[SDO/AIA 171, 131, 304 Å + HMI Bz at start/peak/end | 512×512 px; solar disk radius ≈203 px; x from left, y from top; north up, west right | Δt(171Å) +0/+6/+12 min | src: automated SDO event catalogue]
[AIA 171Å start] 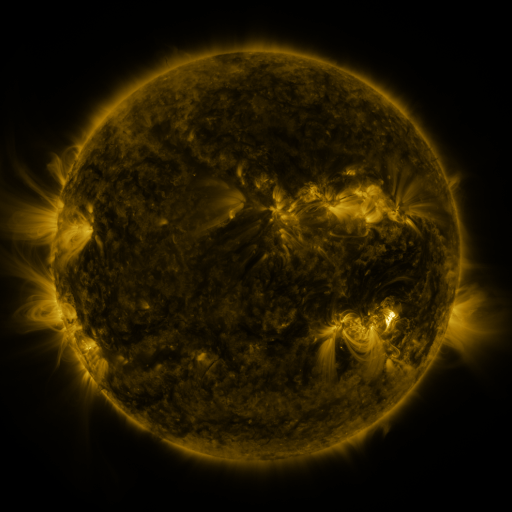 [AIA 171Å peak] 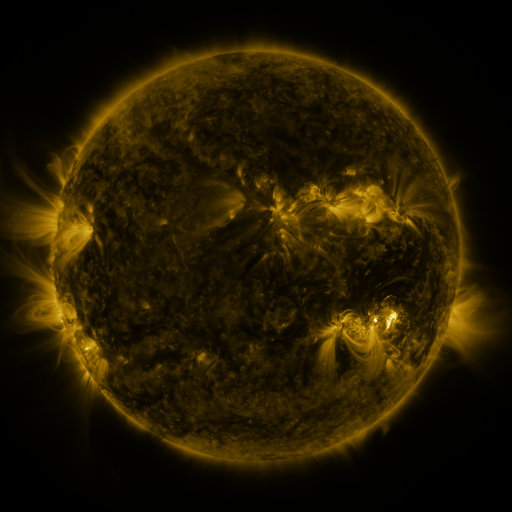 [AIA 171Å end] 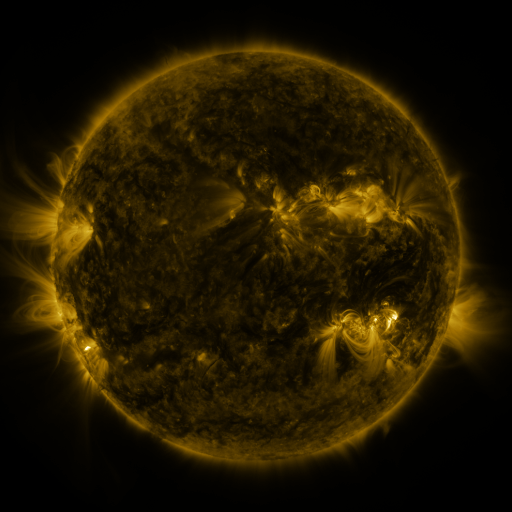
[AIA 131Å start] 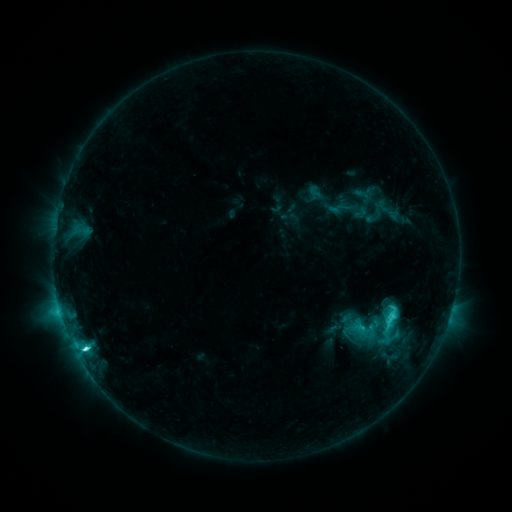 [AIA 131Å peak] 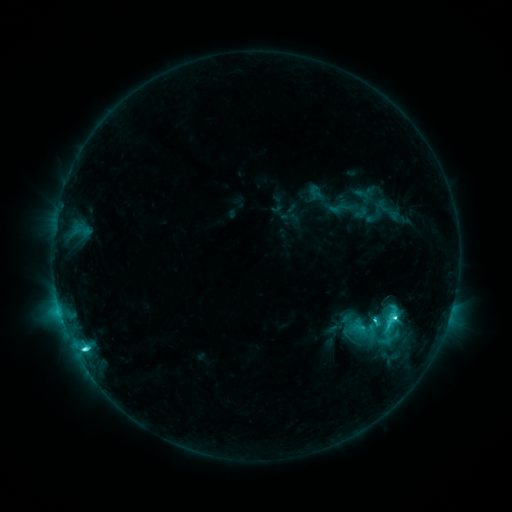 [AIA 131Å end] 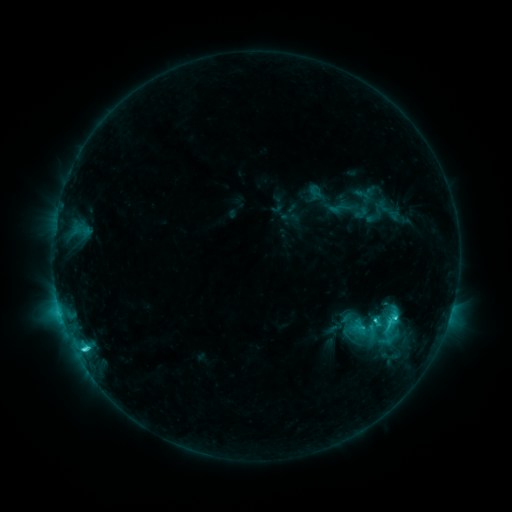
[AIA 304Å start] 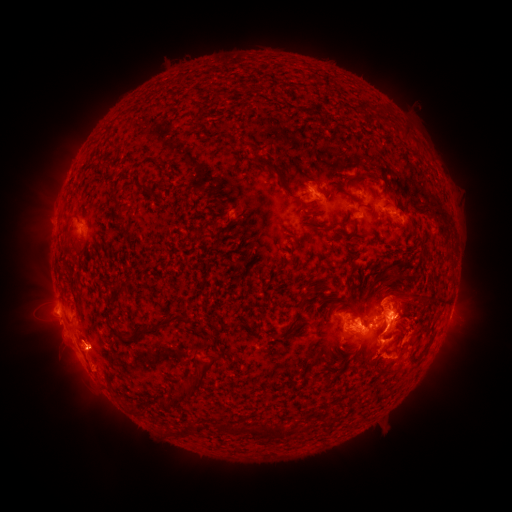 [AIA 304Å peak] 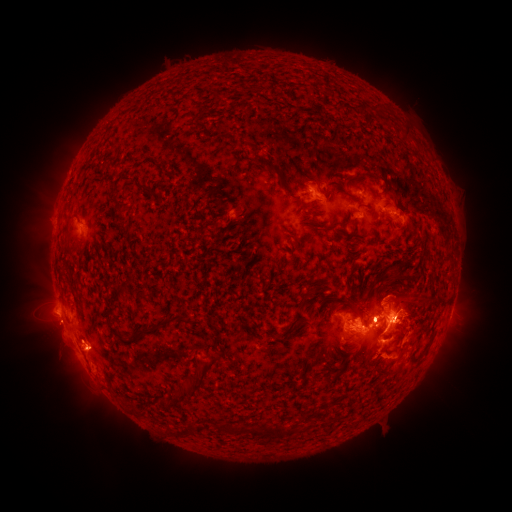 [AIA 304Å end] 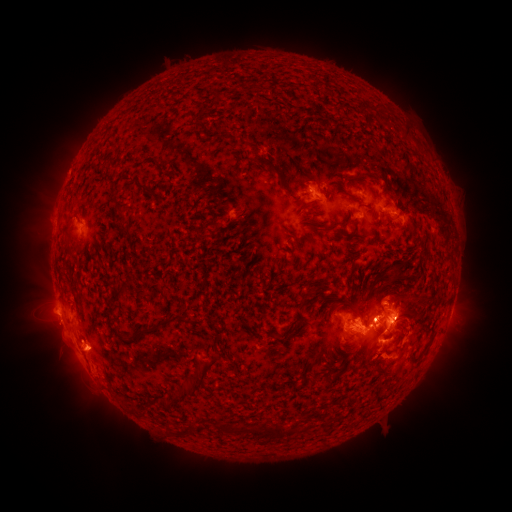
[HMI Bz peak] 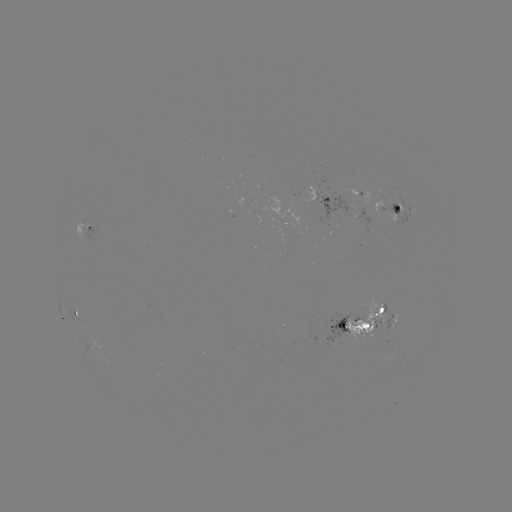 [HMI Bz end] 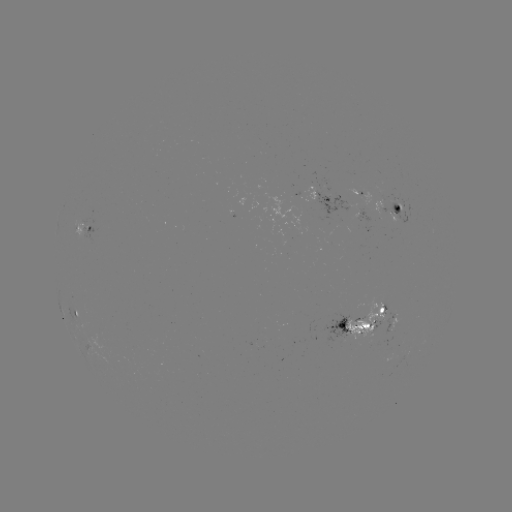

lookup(eruption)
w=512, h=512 397,311